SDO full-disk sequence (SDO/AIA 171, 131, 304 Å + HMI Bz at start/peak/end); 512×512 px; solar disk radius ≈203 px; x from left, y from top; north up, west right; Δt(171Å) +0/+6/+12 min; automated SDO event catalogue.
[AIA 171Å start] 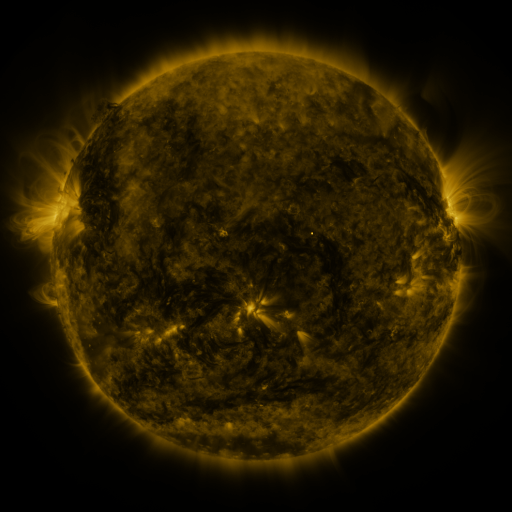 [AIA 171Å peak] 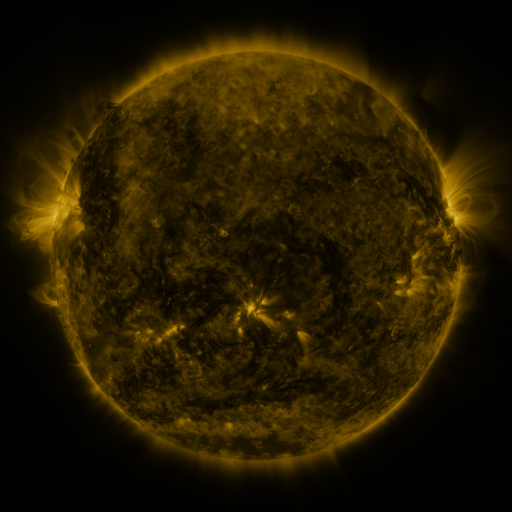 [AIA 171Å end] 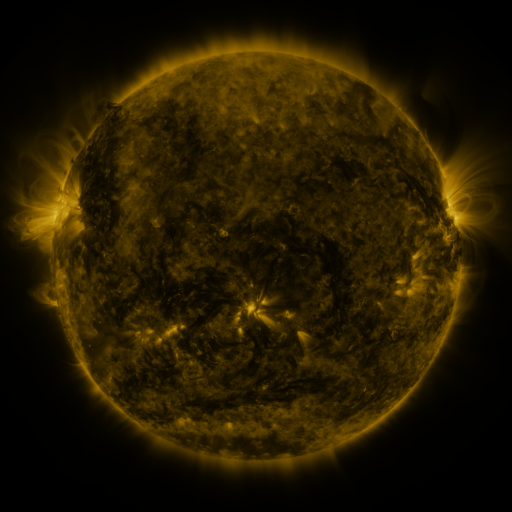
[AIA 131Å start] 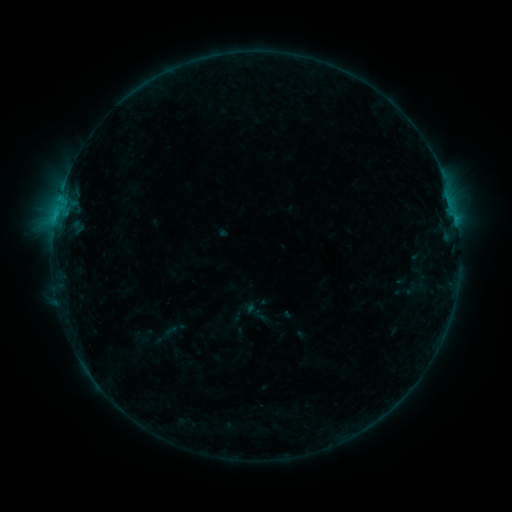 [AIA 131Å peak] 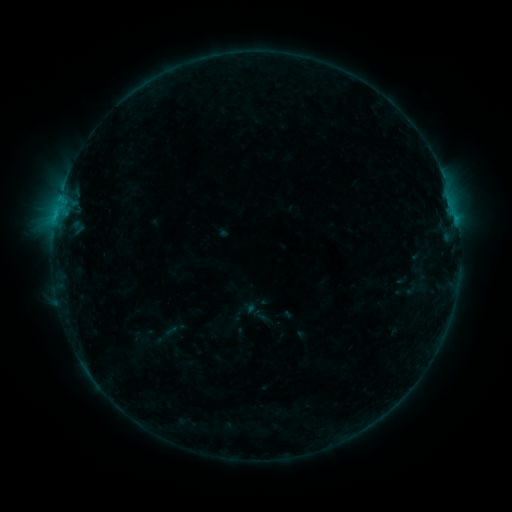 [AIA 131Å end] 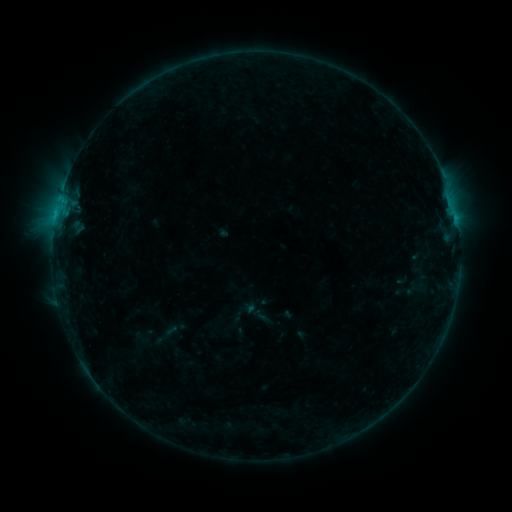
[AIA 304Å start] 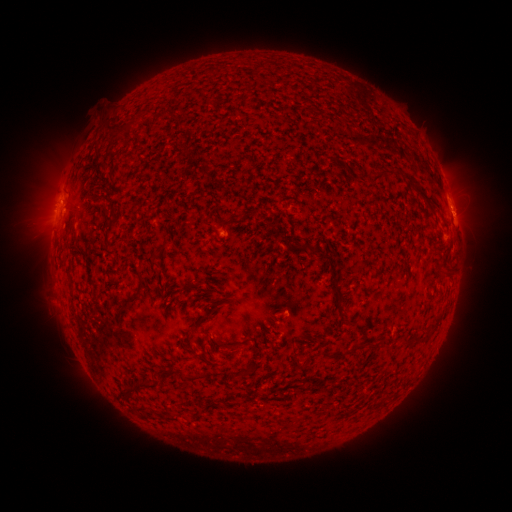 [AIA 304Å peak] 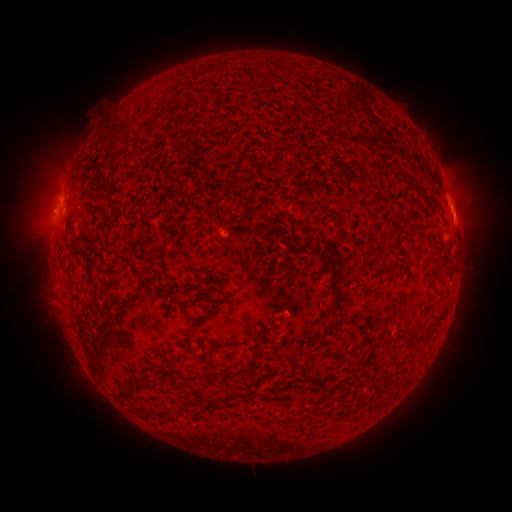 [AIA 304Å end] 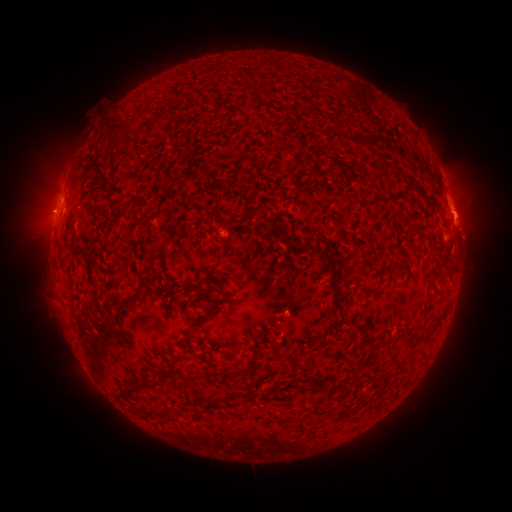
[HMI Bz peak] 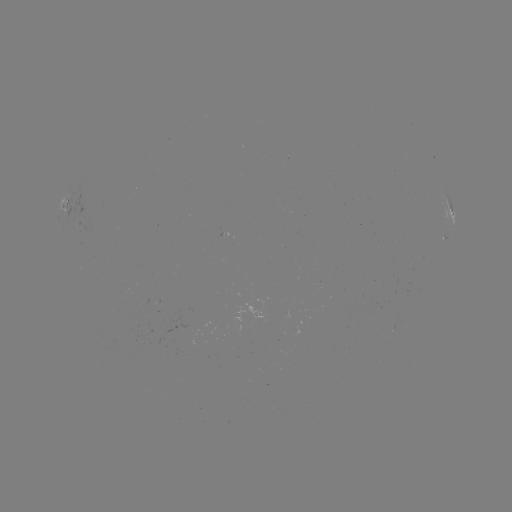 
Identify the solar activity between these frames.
eruption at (464, 214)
